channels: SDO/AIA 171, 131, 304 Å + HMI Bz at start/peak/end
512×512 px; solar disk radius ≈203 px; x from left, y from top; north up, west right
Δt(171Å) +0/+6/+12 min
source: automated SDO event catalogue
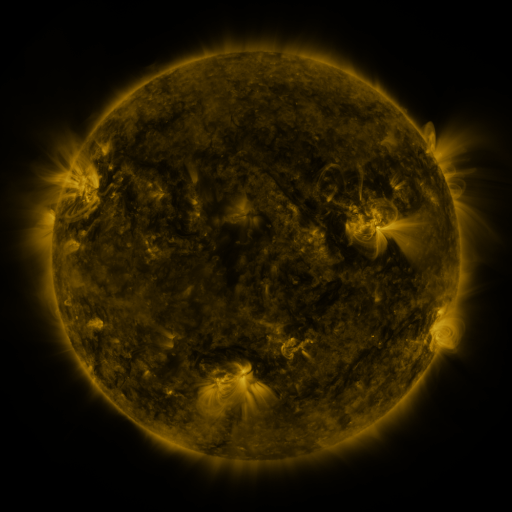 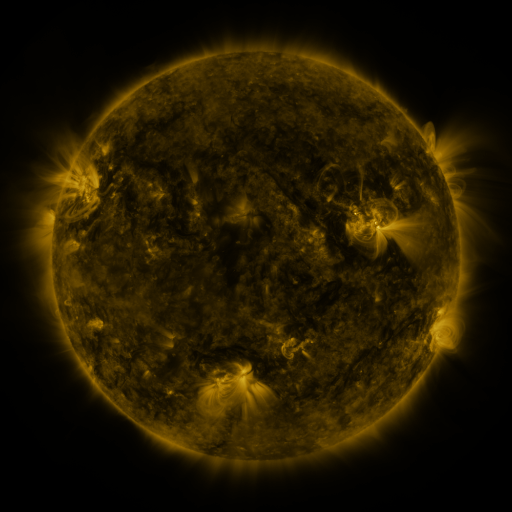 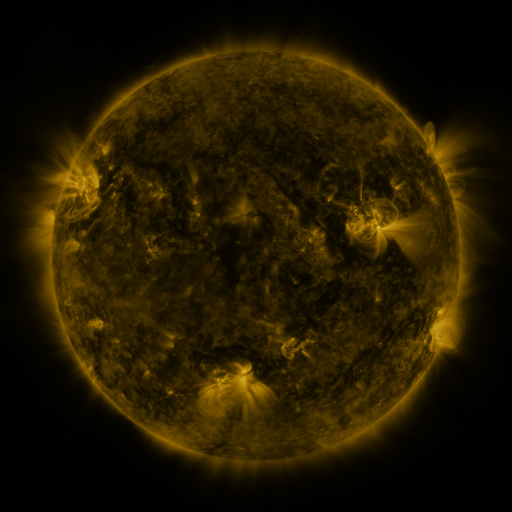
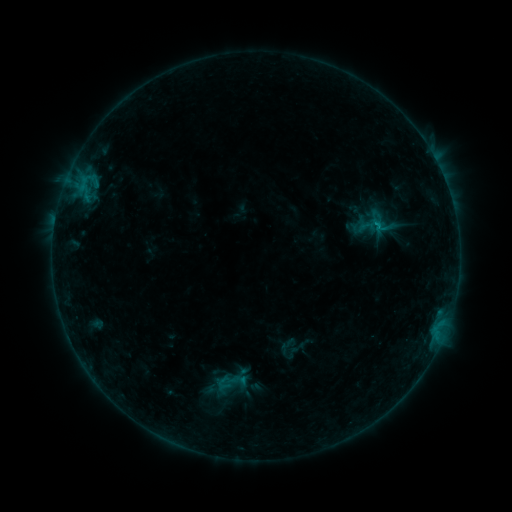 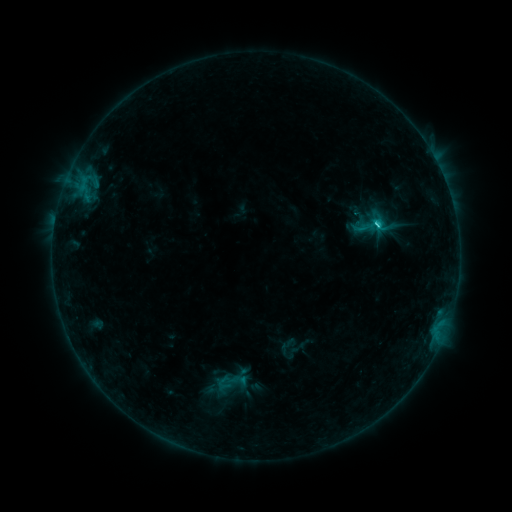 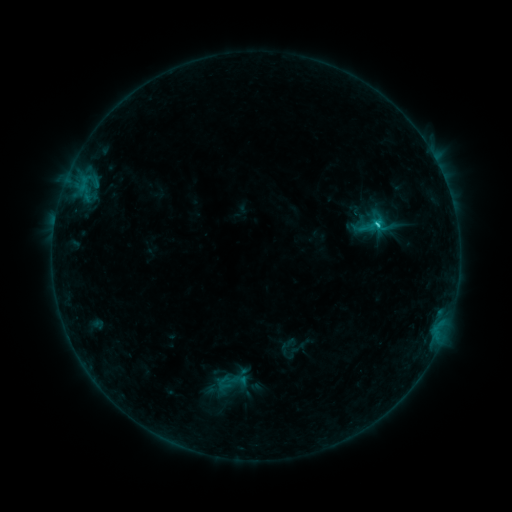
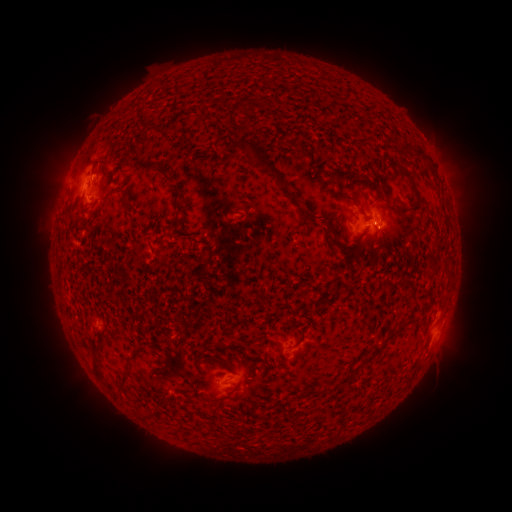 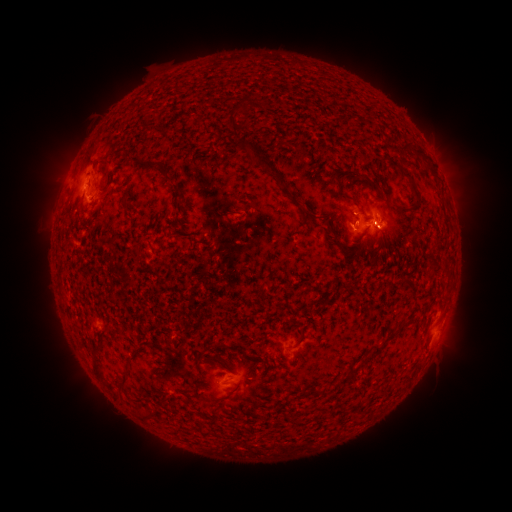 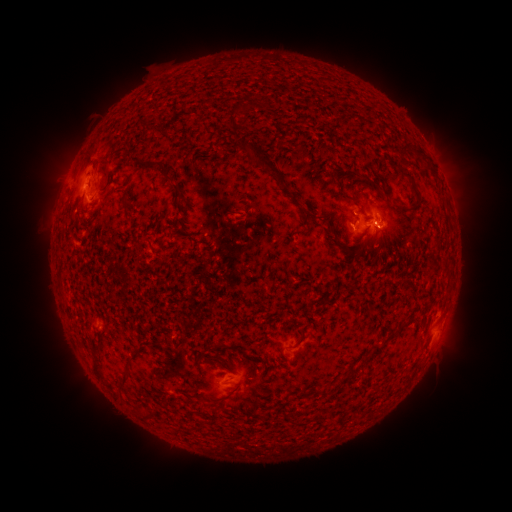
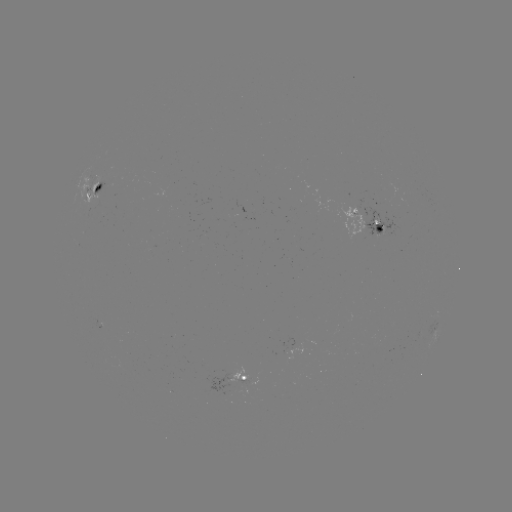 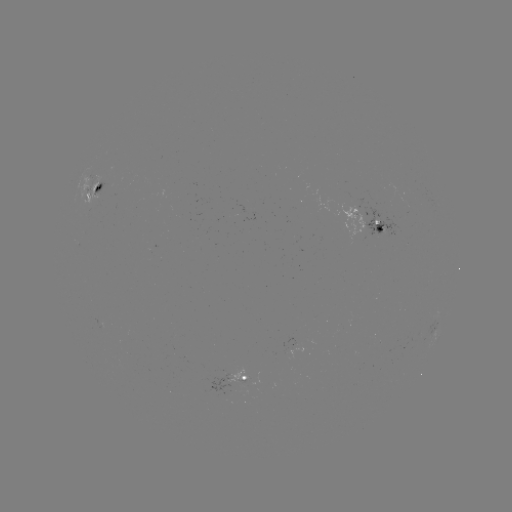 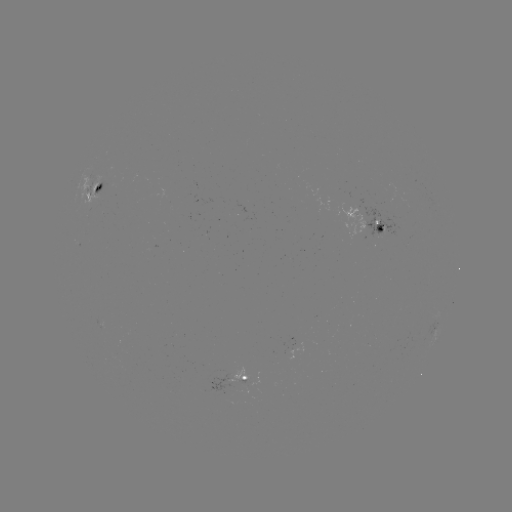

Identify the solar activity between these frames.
C1.7 flare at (375, 227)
